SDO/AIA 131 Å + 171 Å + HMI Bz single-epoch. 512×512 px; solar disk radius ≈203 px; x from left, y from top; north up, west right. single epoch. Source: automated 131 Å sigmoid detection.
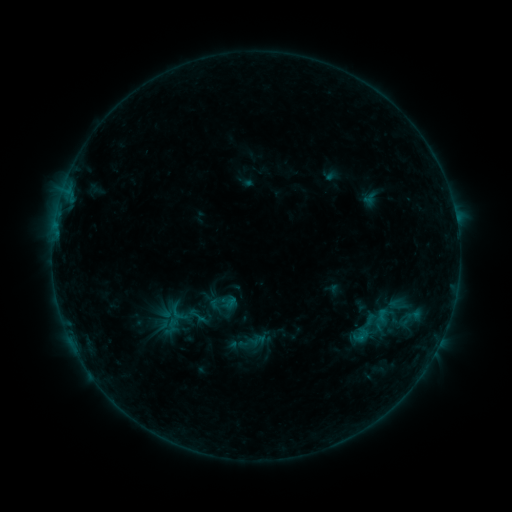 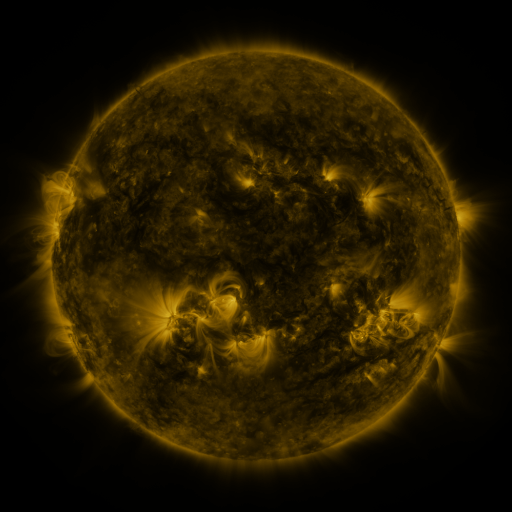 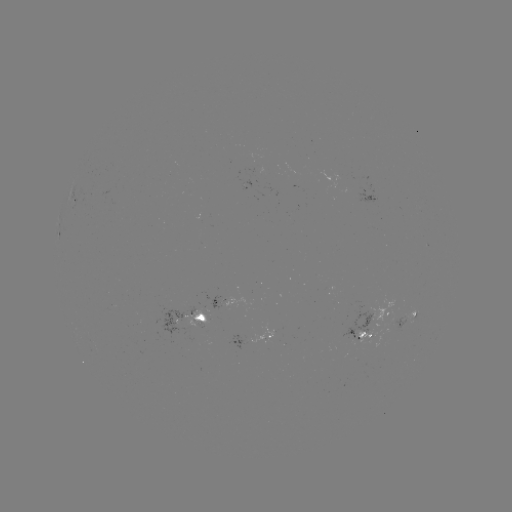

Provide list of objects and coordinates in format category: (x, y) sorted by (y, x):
sigmoid: (258, 340)
